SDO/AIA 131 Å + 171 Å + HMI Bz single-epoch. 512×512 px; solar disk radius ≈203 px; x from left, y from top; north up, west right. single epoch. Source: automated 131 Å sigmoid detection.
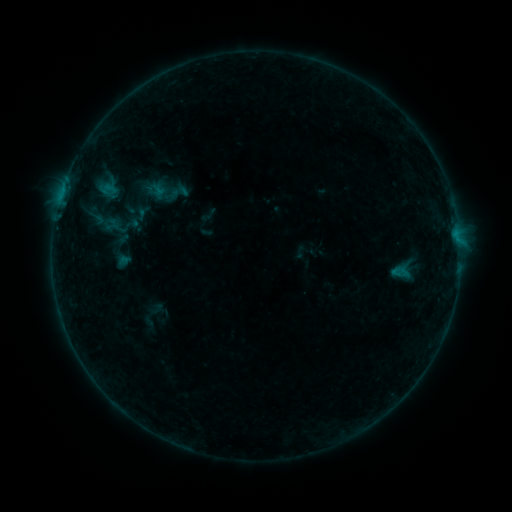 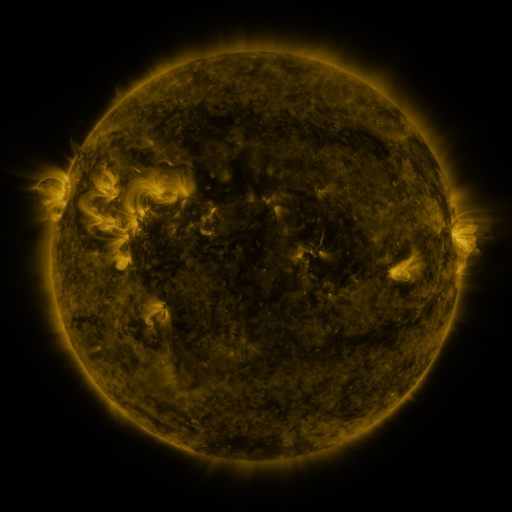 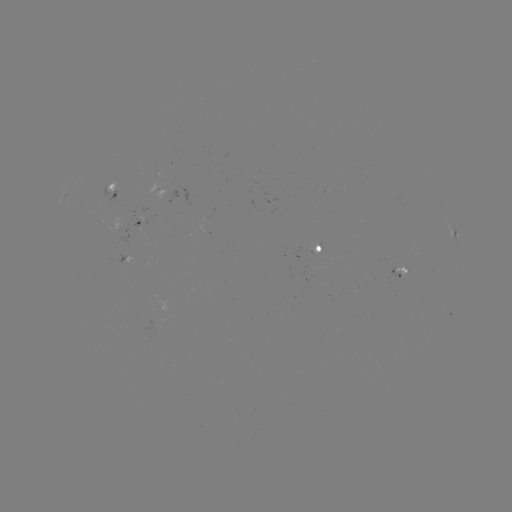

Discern sigmoid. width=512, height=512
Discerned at (97, 218).